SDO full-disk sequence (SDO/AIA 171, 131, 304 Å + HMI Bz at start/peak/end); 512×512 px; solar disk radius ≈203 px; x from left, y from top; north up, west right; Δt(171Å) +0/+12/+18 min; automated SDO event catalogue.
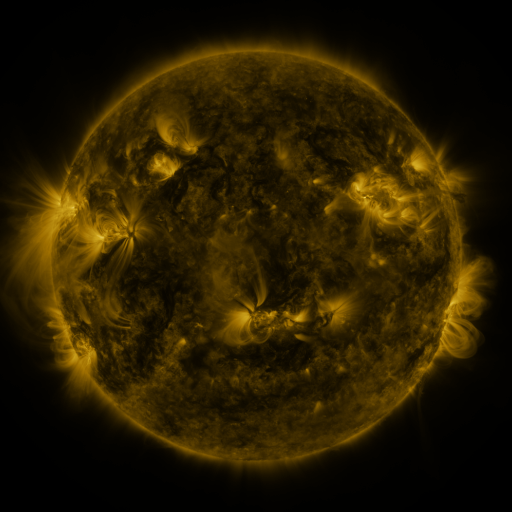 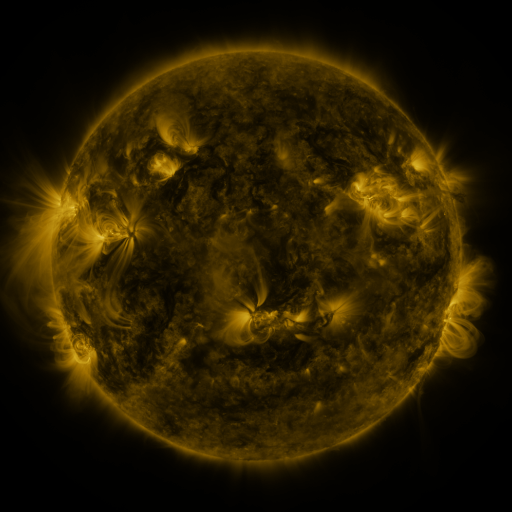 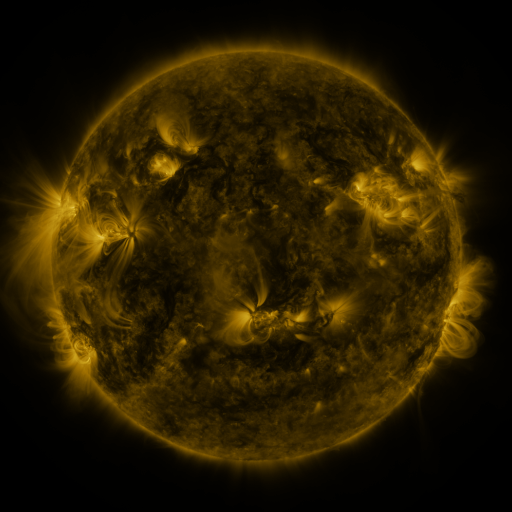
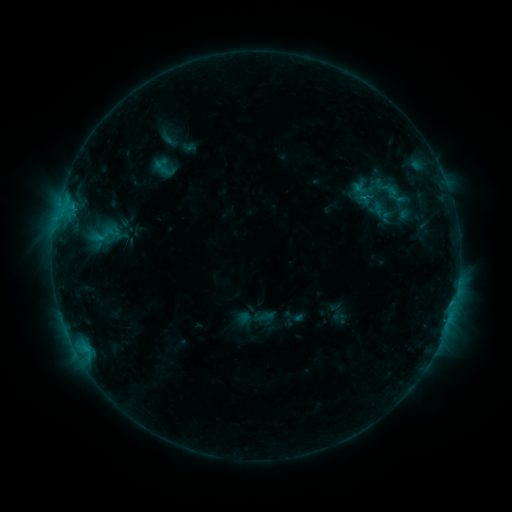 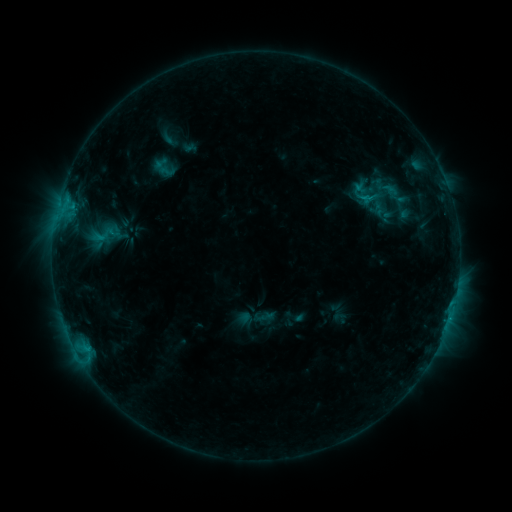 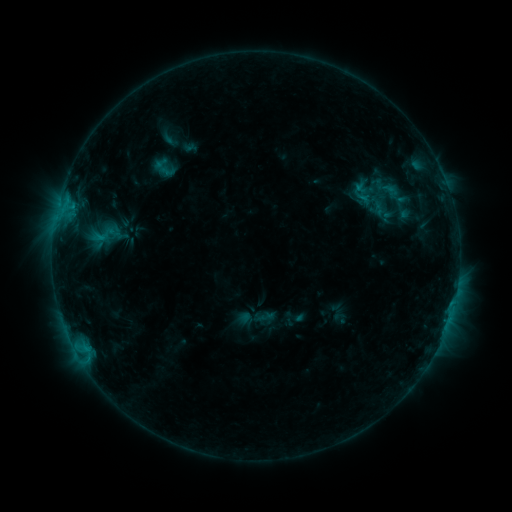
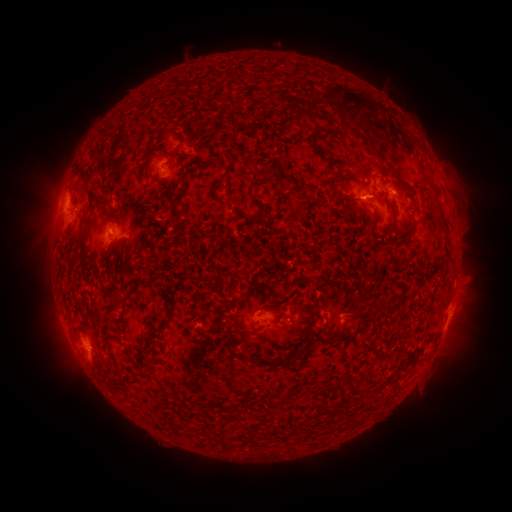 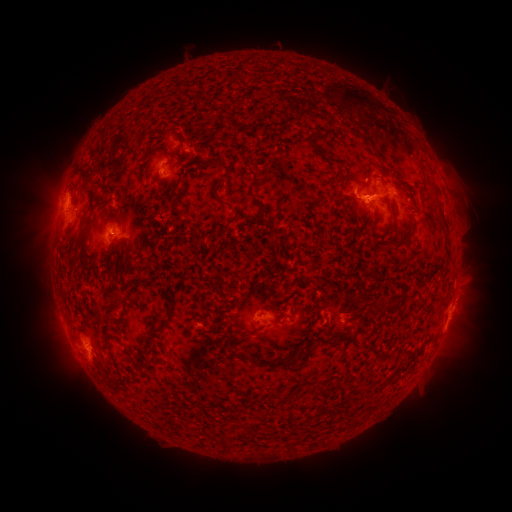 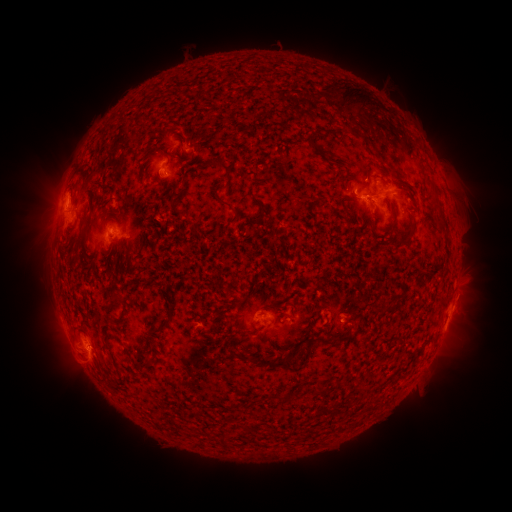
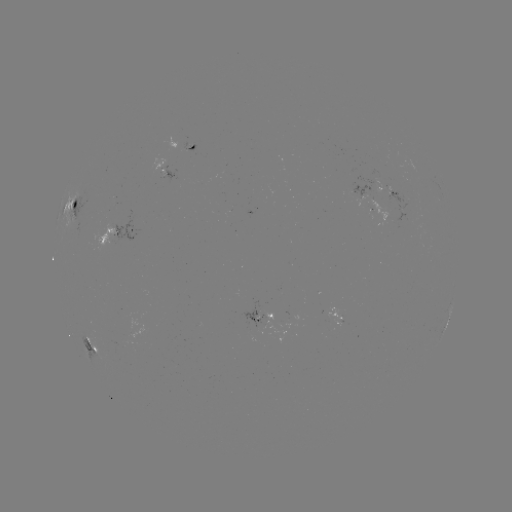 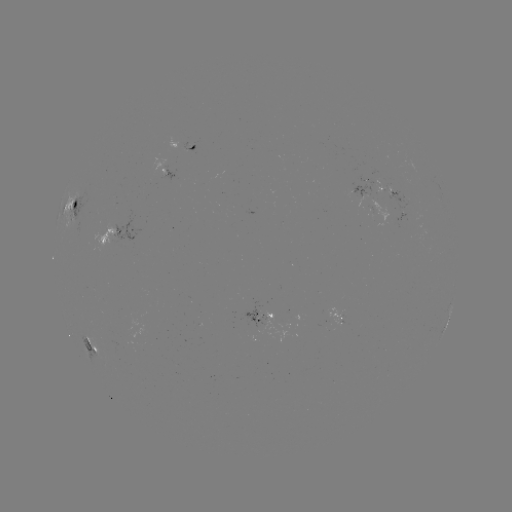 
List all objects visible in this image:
eruption: (384, 197)
